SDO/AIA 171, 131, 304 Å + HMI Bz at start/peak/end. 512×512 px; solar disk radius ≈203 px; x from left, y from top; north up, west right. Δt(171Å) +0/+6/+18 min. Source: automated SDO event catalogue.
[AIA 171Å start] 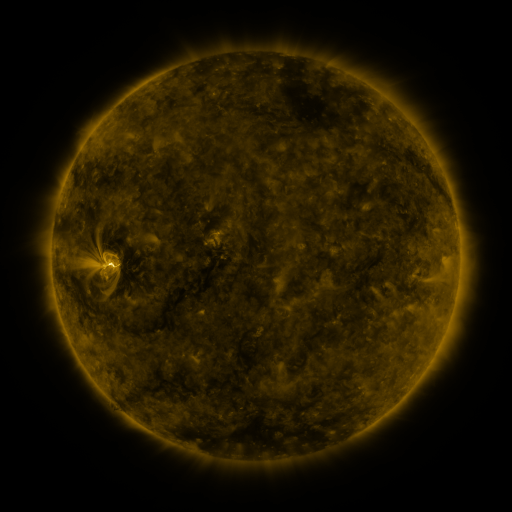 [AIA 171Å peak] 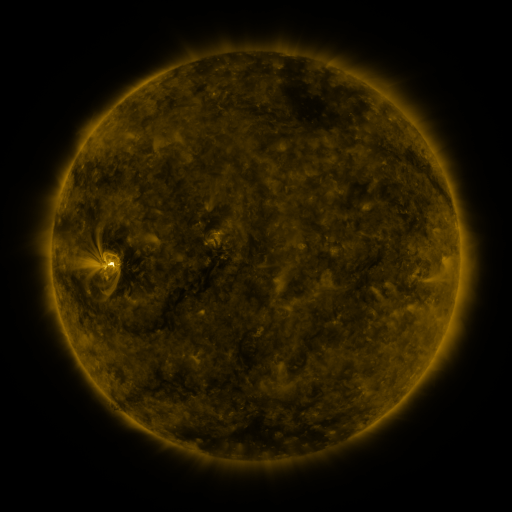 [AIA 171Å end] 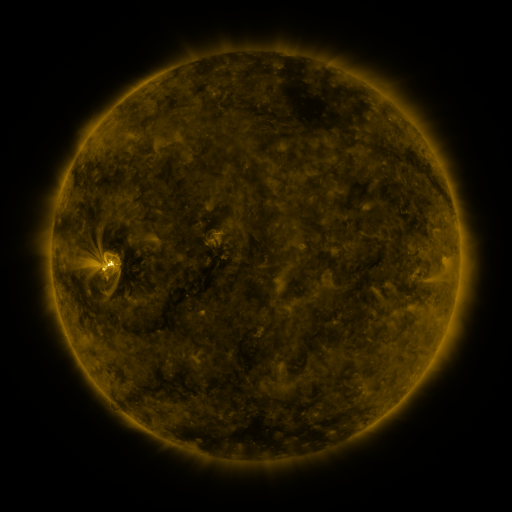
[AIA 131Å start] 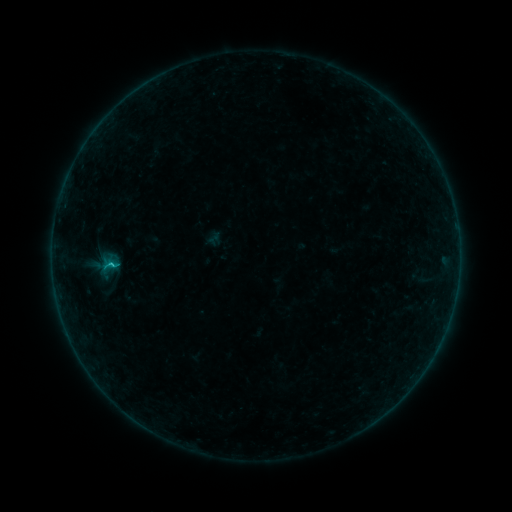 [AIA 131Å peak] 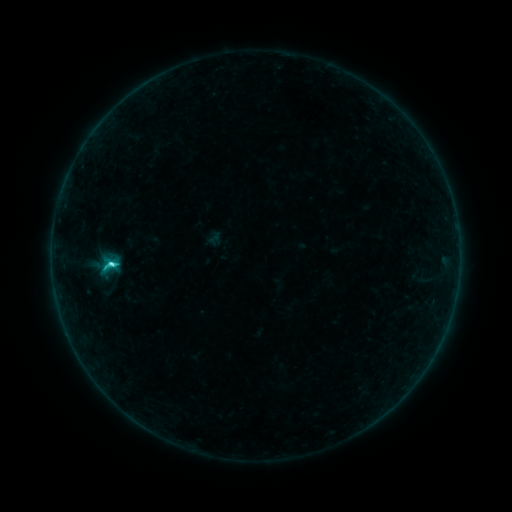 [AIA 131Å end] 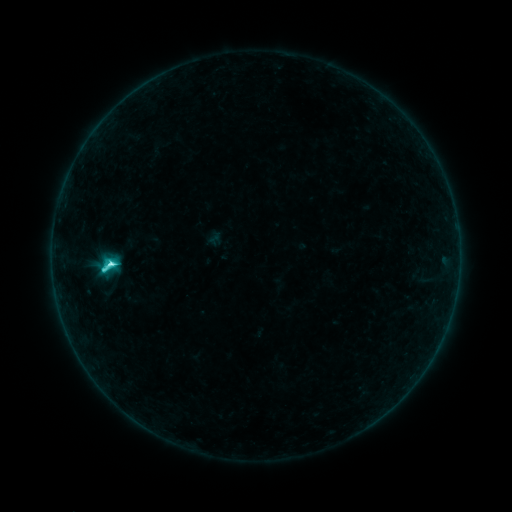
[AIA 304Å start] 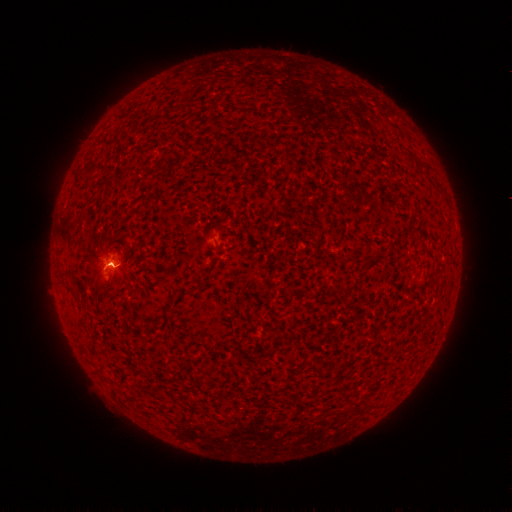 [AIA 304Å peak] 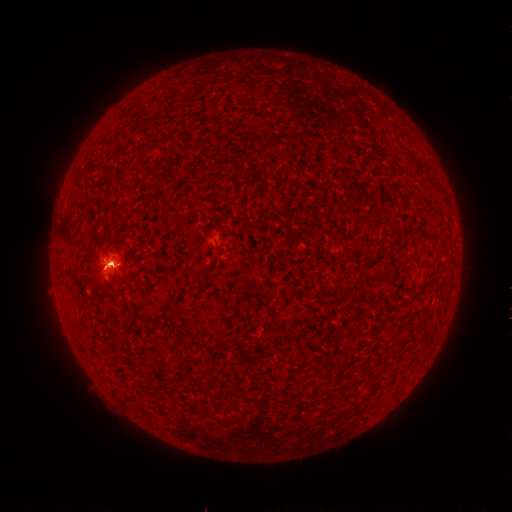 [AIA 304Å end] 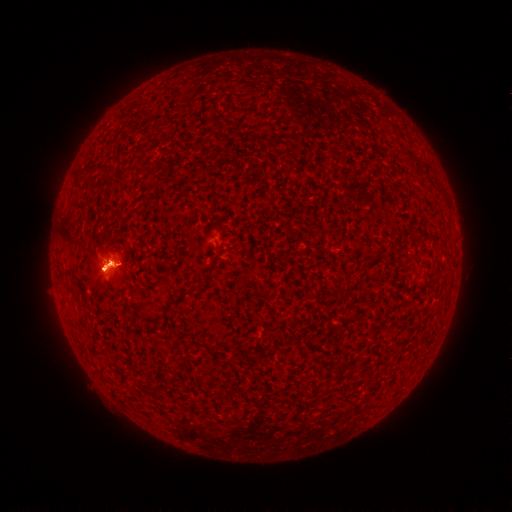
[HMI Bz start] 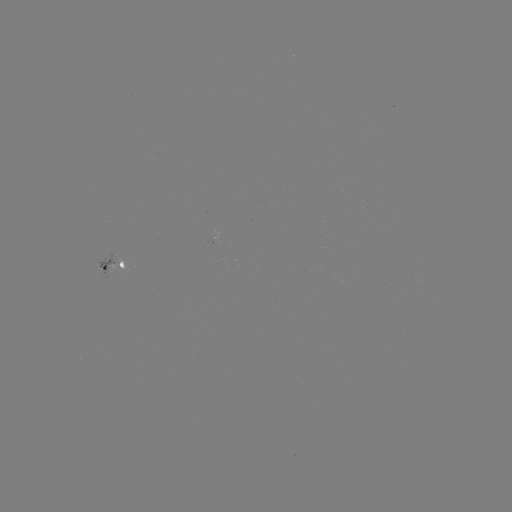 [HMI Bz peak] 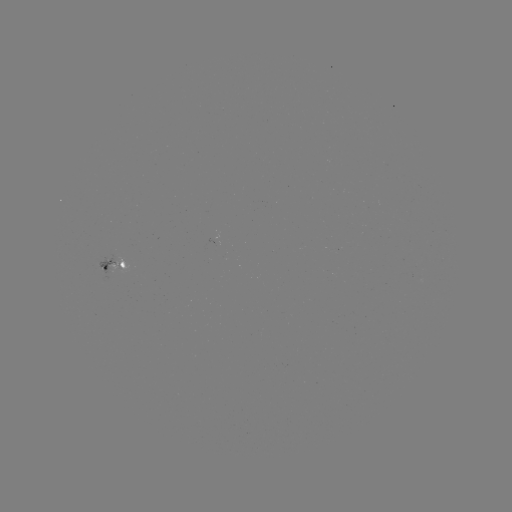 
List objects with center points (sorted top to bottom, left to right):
eruption: (101, 264)
